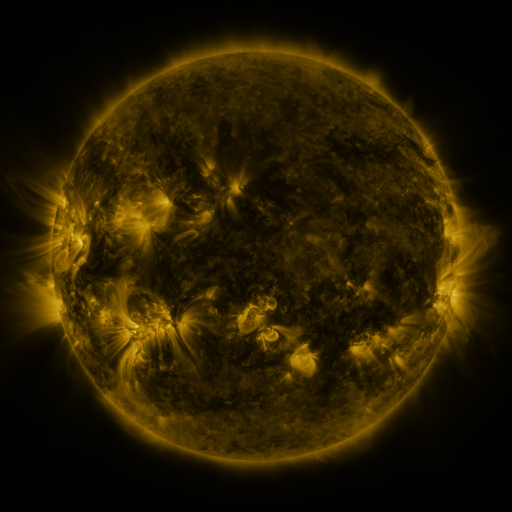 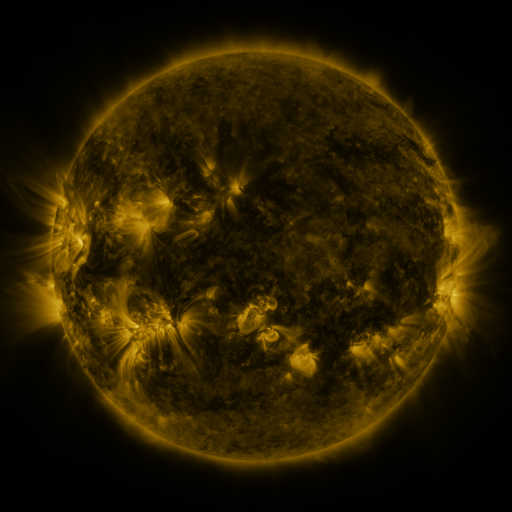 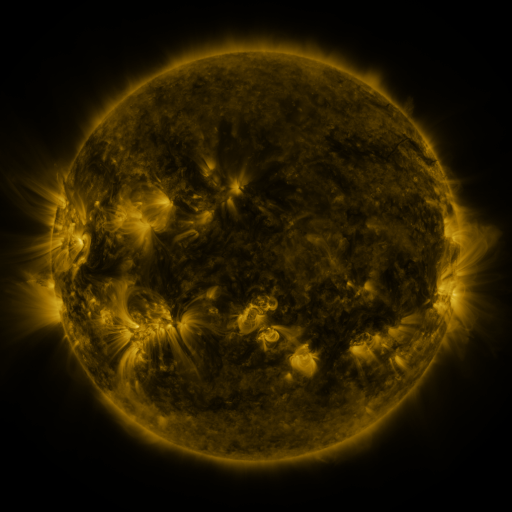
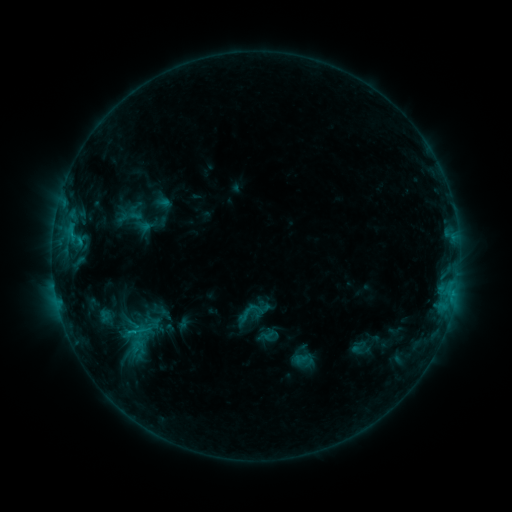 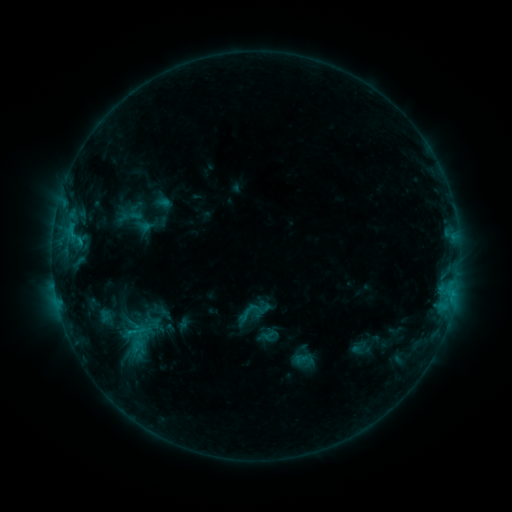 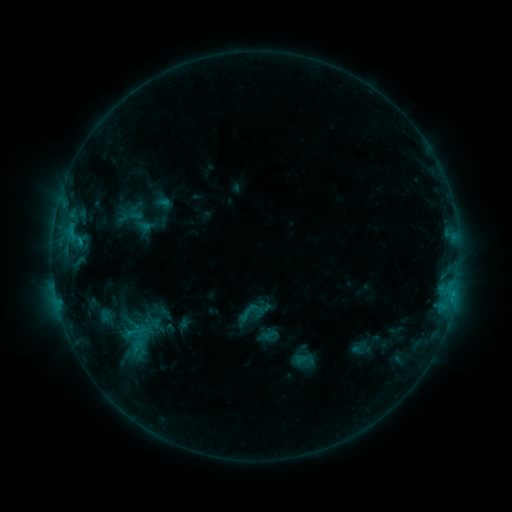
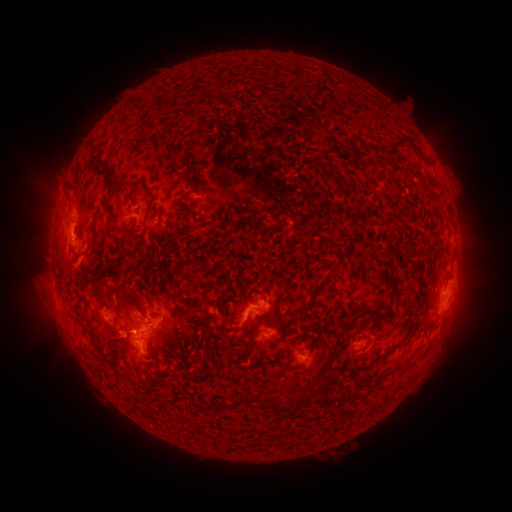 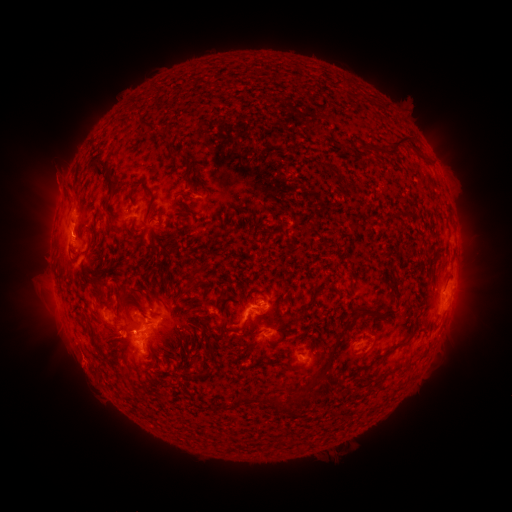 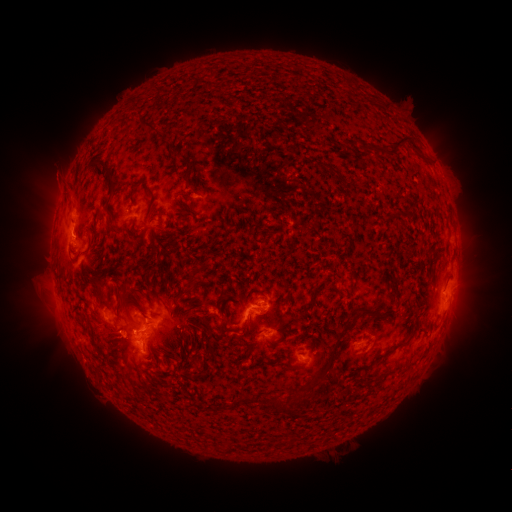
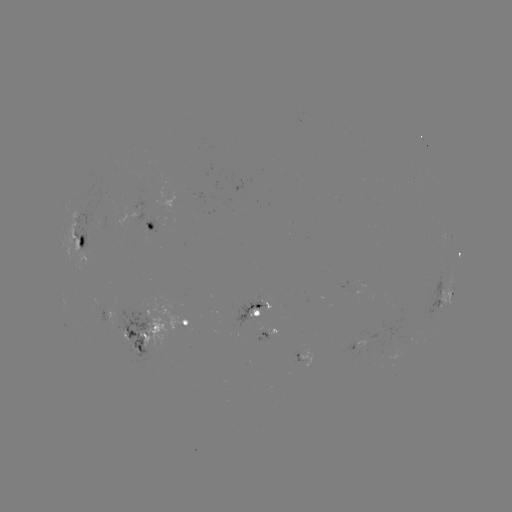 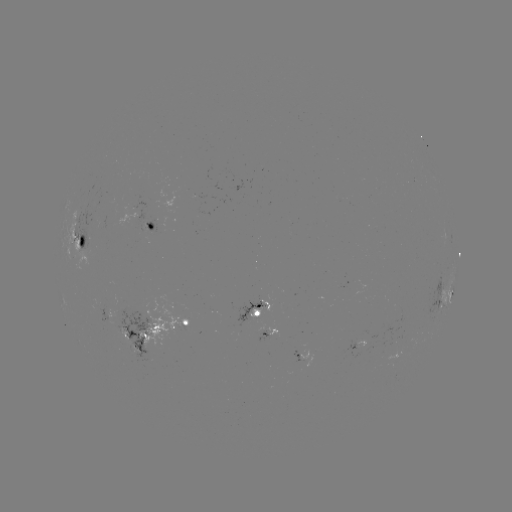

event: eruption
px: (83, 368)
